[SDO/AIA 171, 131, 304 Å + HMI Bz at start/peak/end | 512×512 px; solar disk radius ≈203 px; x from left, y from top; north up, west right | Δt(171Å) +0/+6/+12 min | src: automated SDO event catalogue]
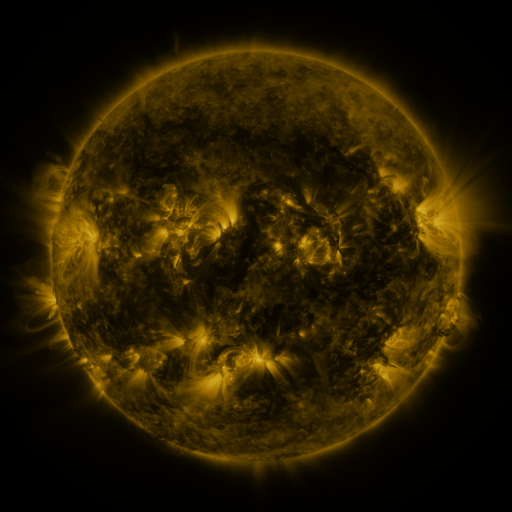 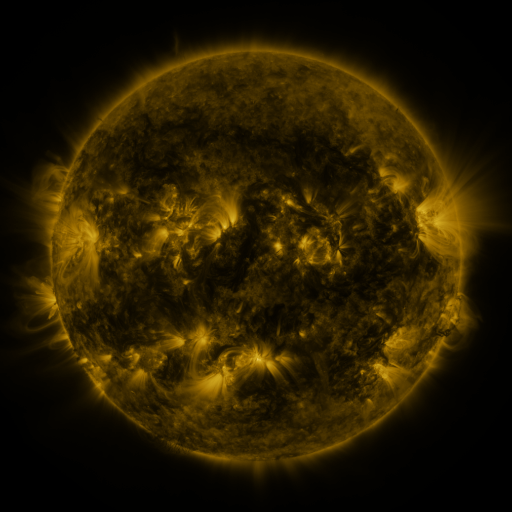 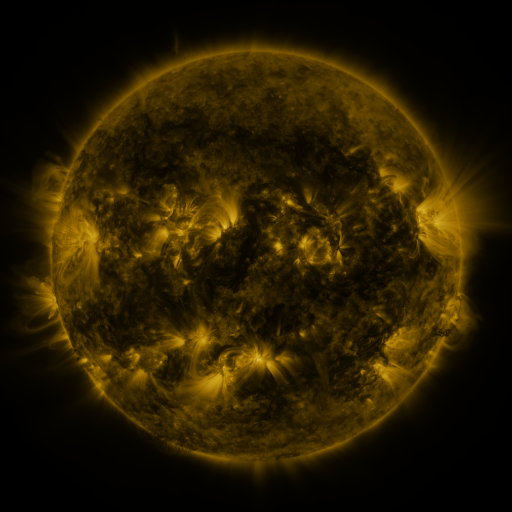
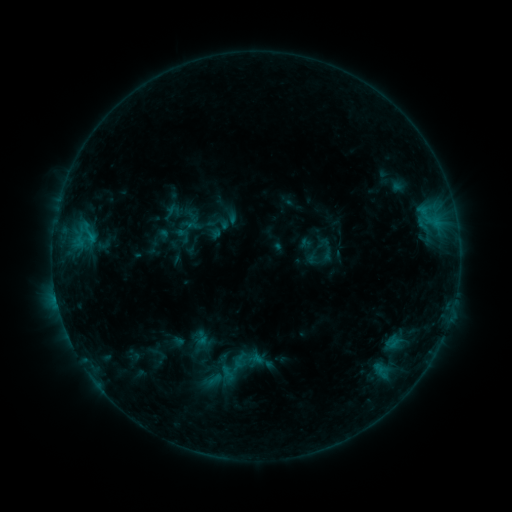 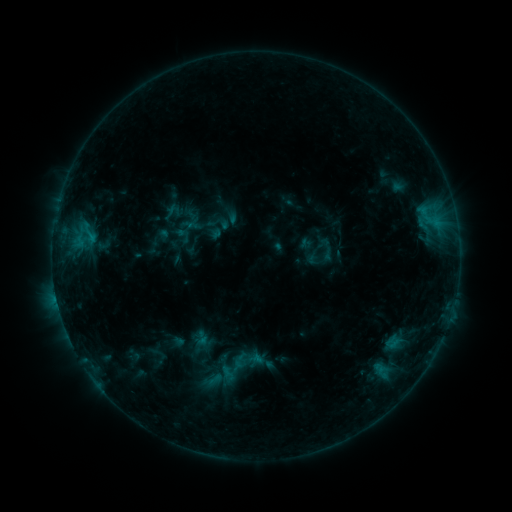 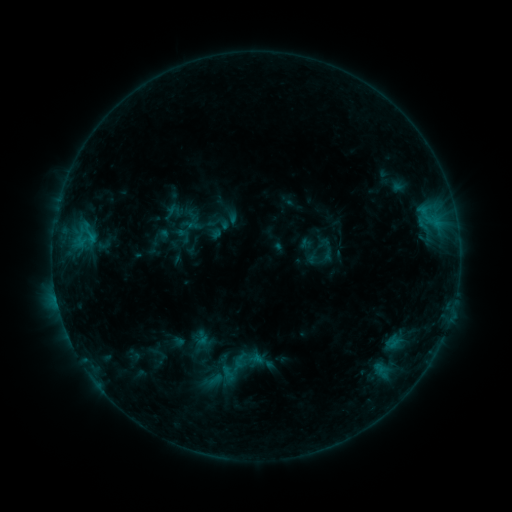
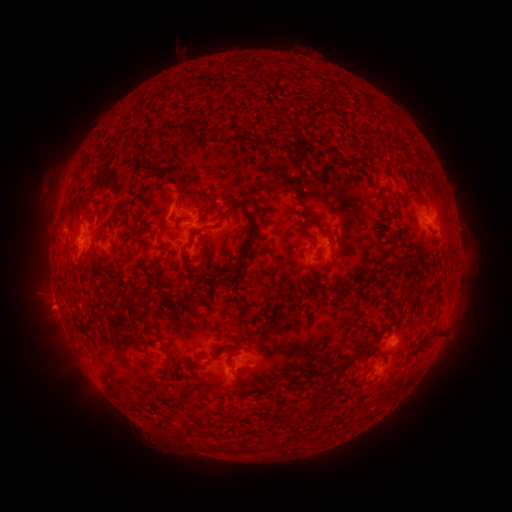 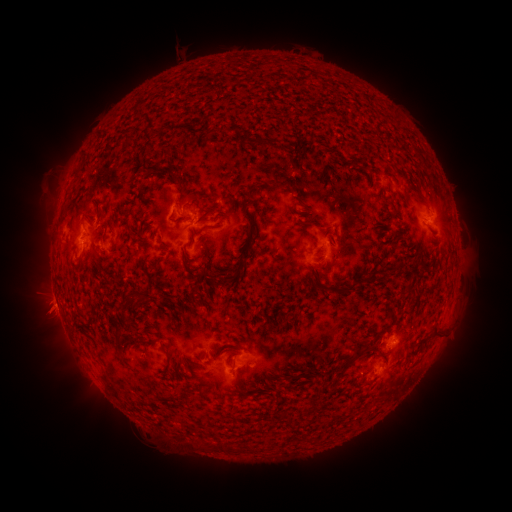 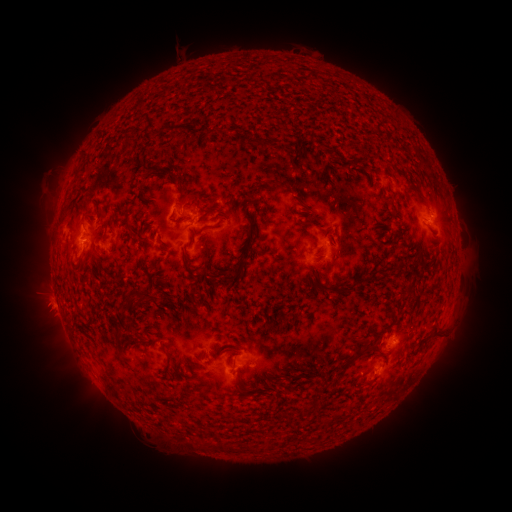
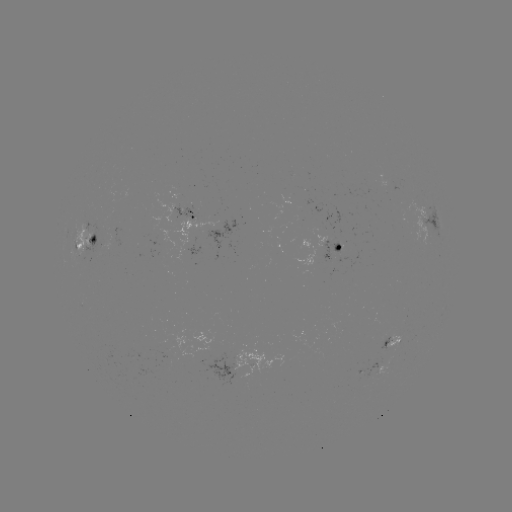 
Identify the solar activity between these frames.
eruption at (47, 312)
